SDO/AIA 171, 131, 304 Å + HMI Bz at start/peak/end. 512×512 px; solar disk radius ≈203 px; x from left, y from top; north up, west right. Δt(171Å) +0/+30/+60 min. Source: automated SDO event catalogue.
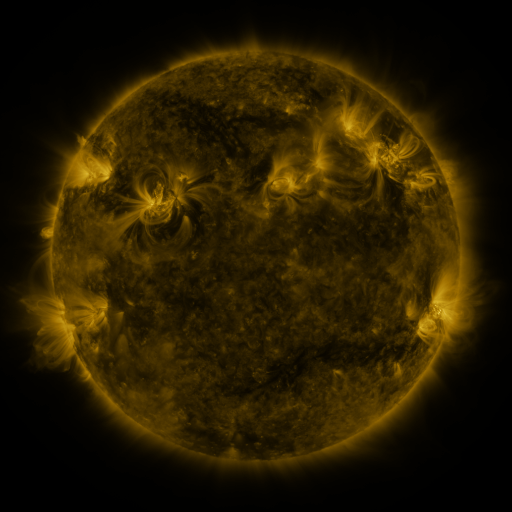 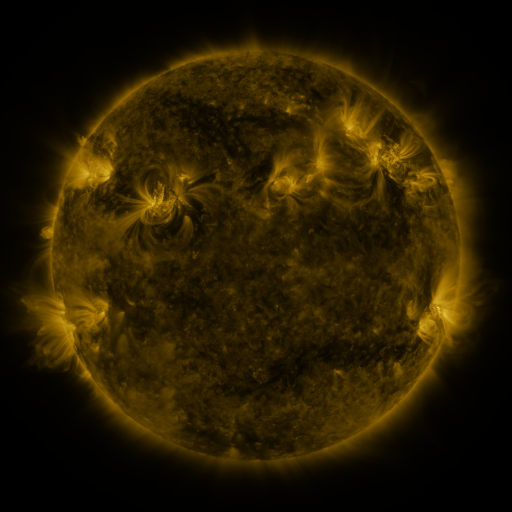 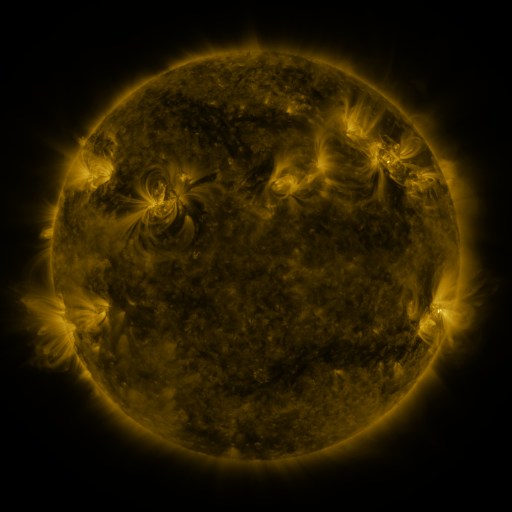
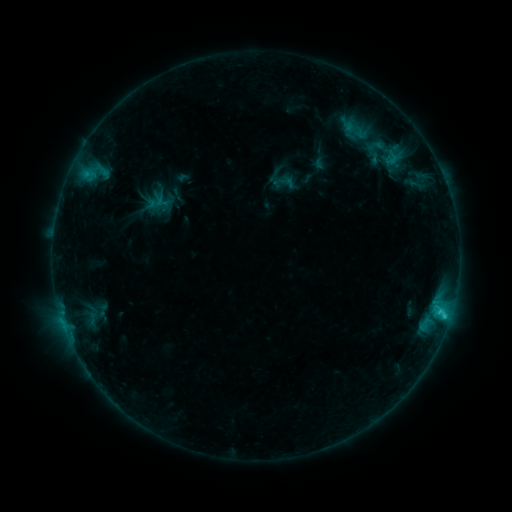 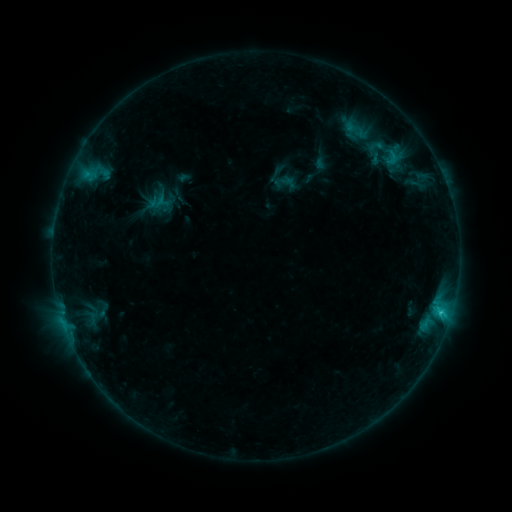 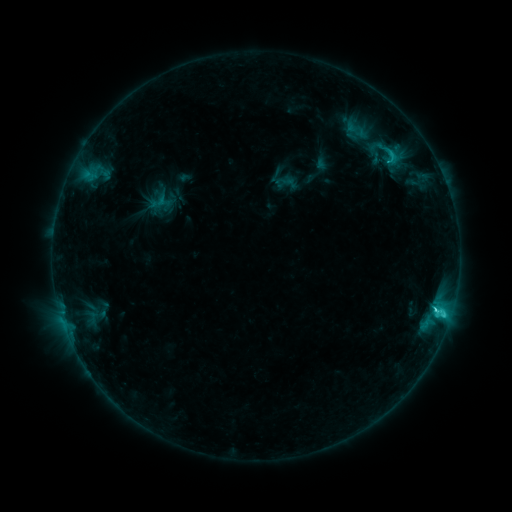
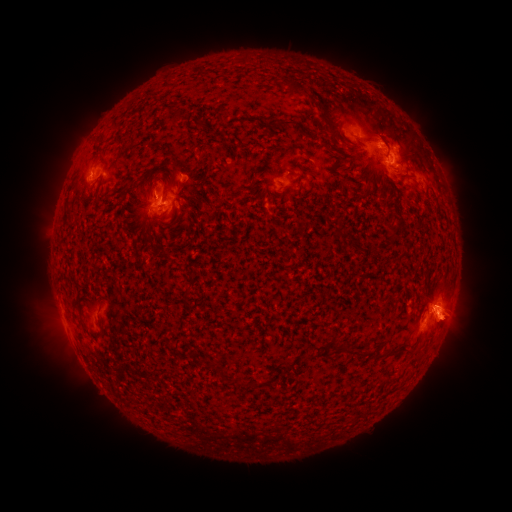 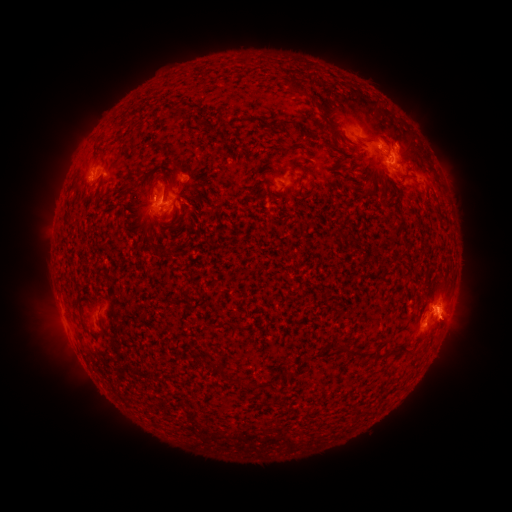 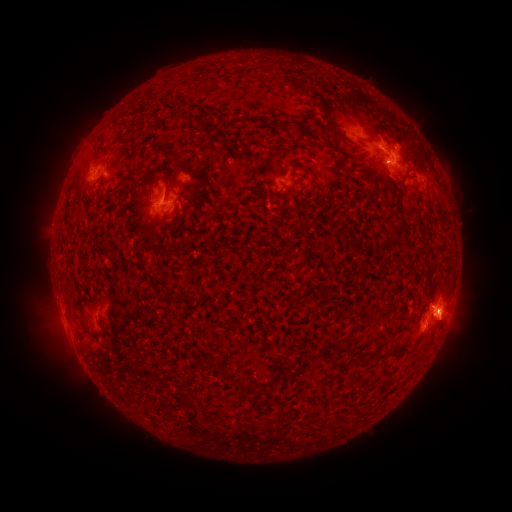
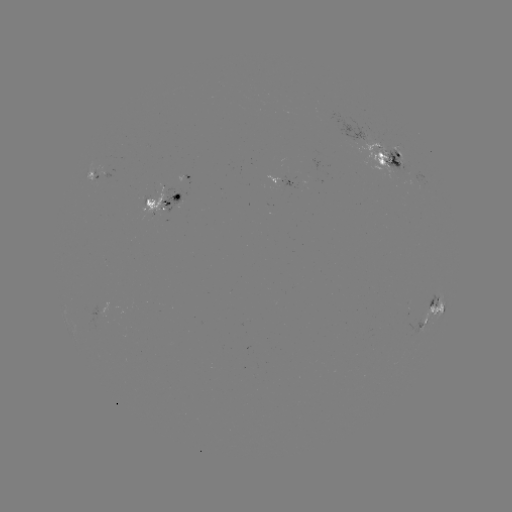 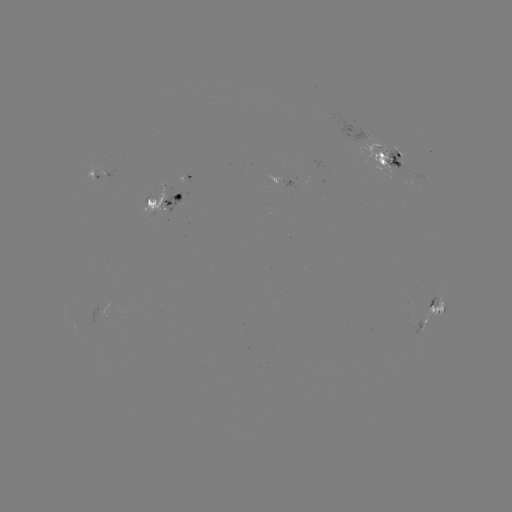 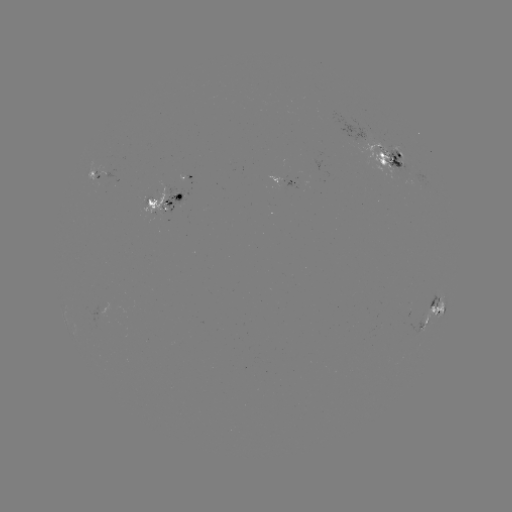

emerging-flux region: <bbox>380, 149, 412, 175</bbox>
